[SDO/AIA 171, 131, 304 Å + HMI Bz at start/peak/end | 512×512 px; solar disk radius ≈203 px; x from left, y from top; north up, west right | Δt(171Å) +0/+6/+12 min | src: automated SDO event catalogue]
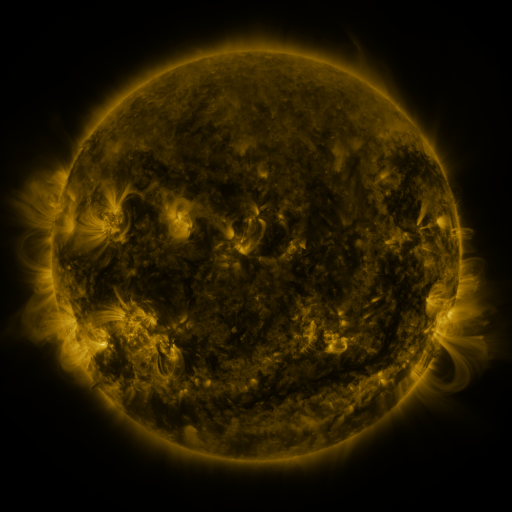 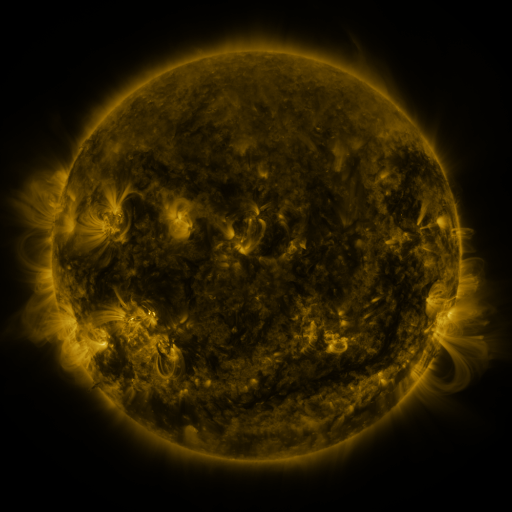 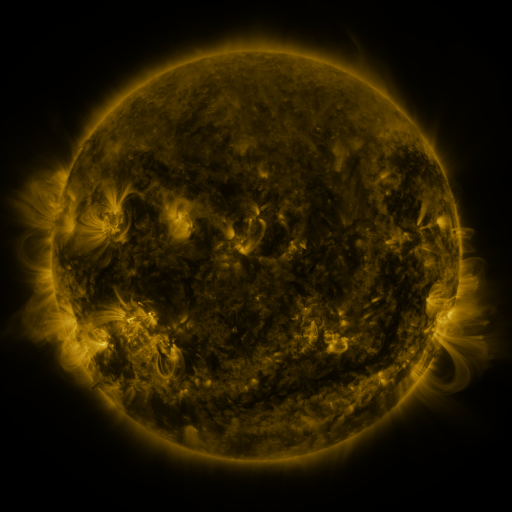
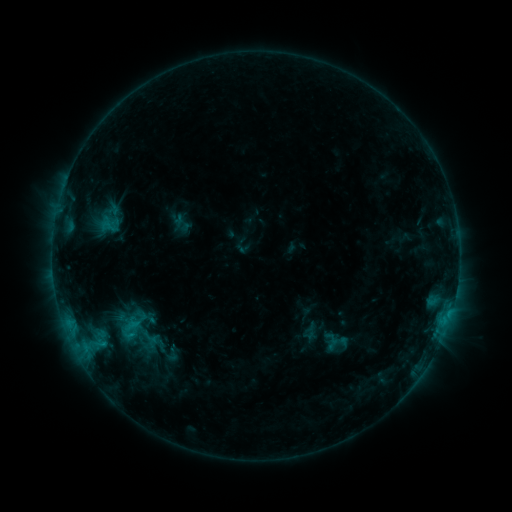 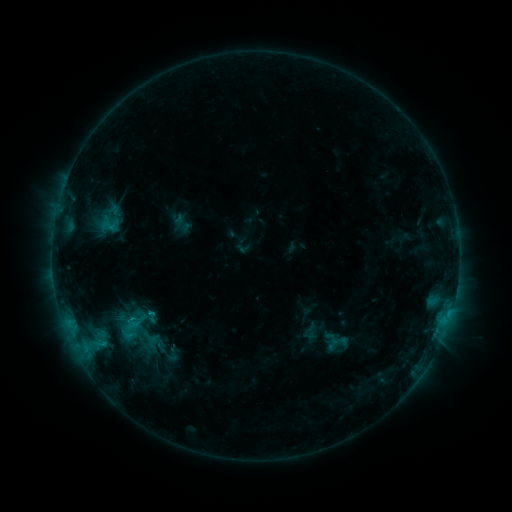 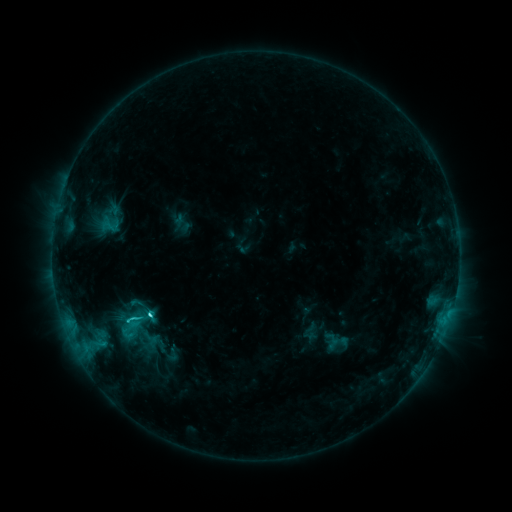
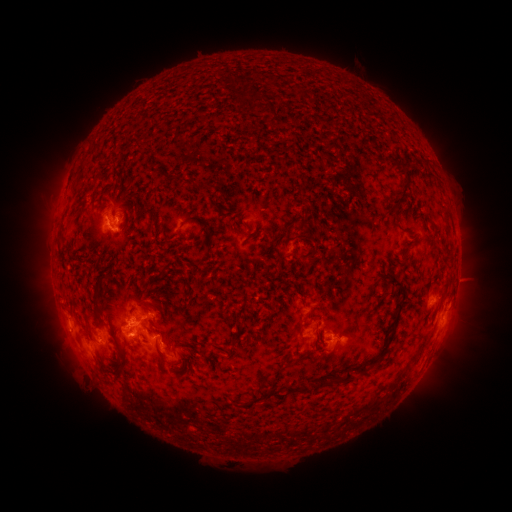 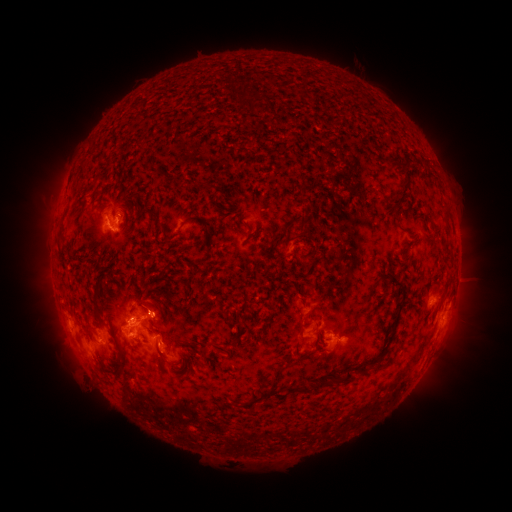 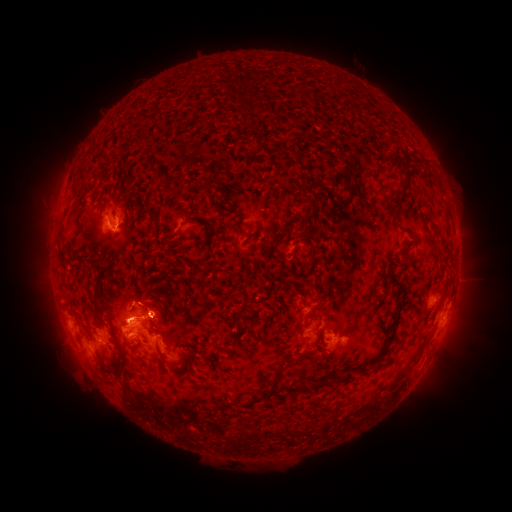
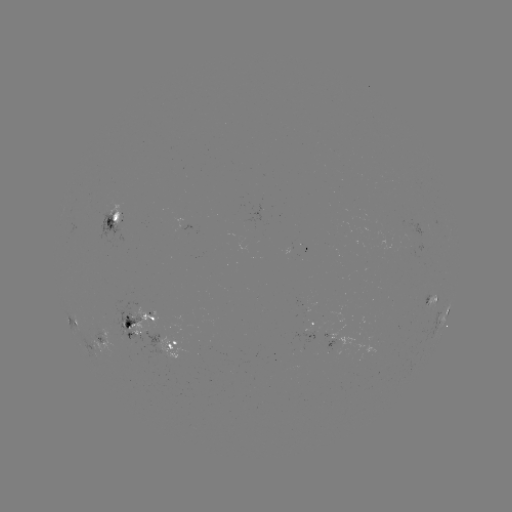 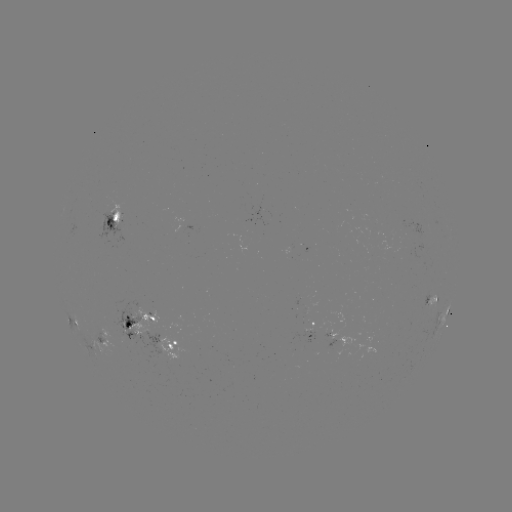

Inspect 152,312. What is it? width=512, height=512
C3.3 flare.